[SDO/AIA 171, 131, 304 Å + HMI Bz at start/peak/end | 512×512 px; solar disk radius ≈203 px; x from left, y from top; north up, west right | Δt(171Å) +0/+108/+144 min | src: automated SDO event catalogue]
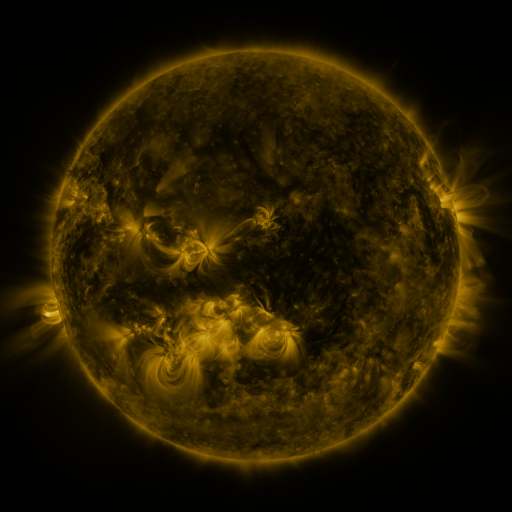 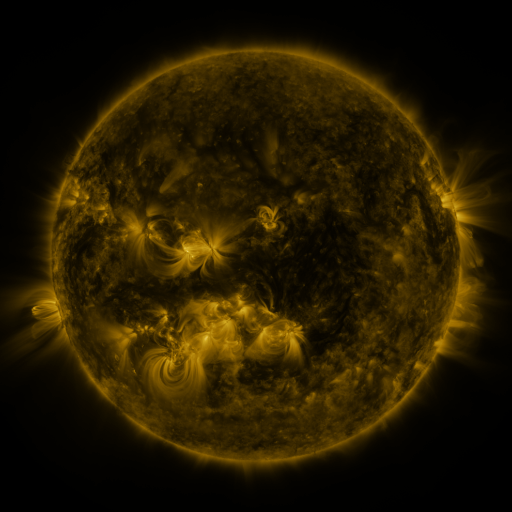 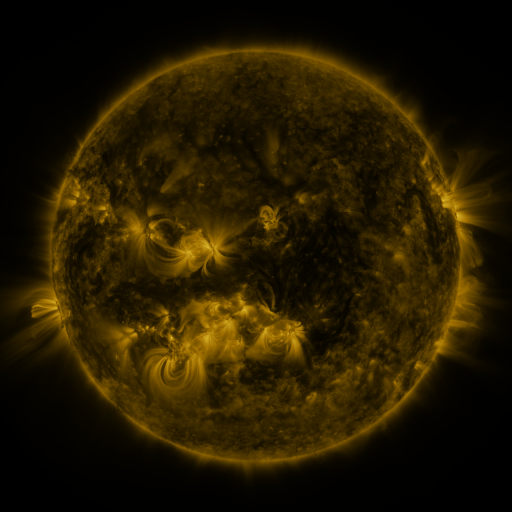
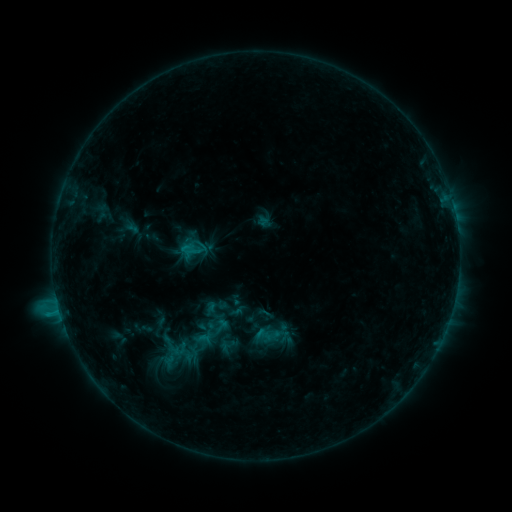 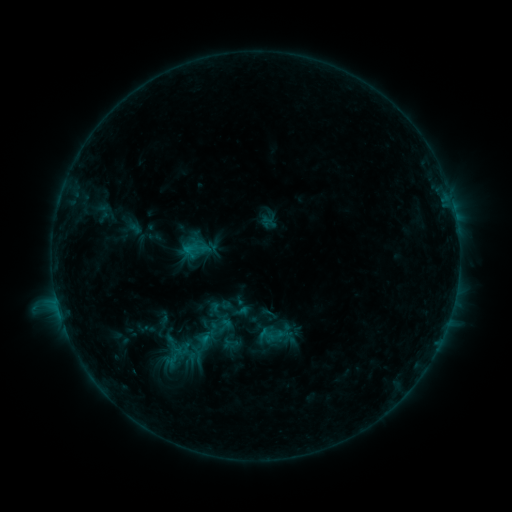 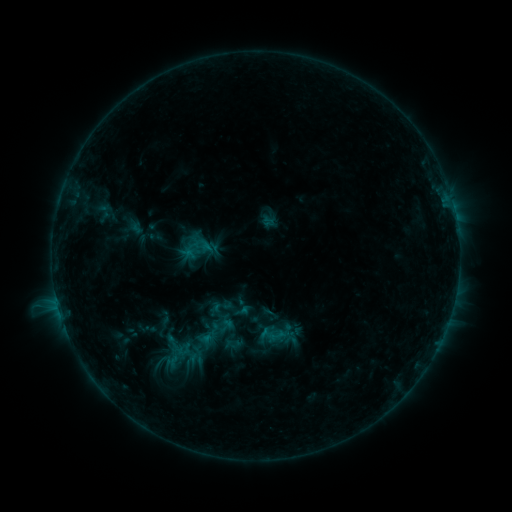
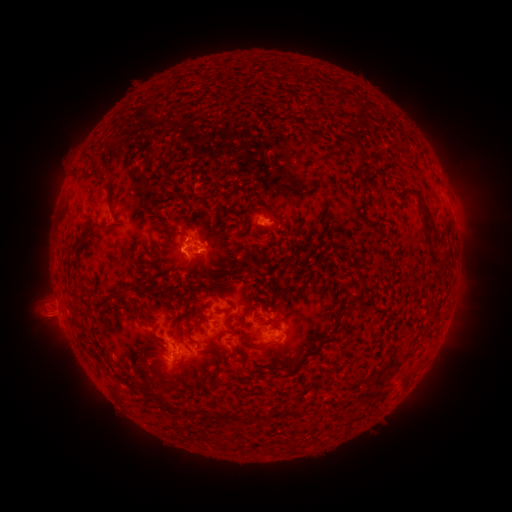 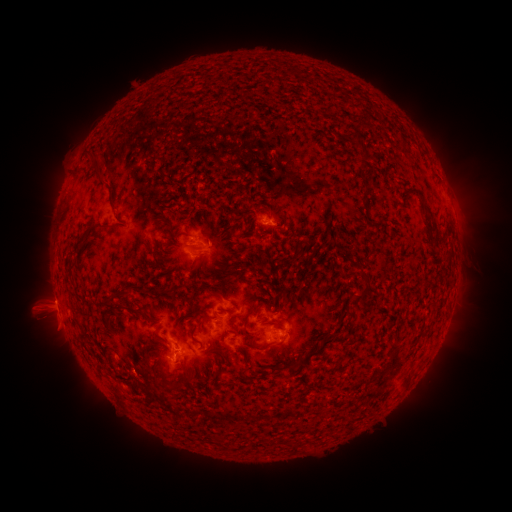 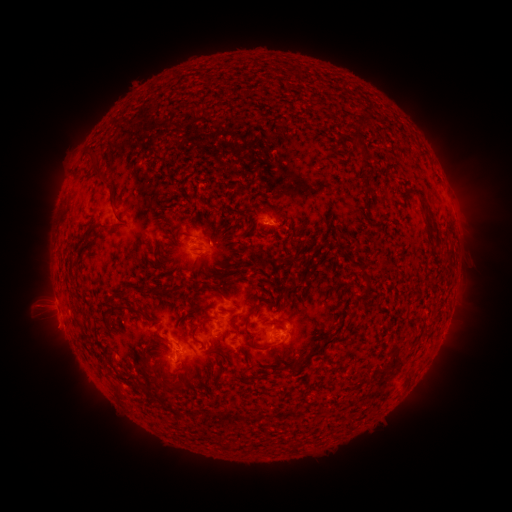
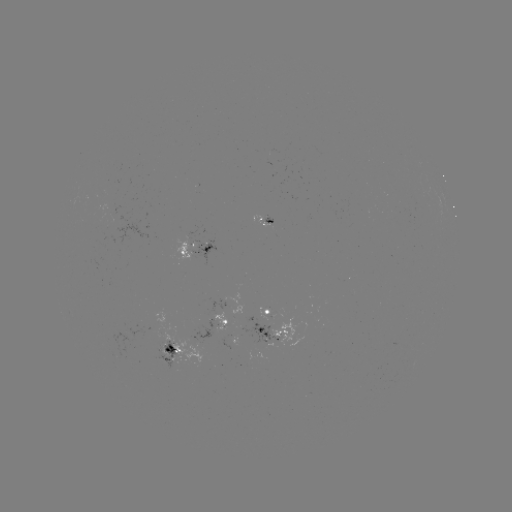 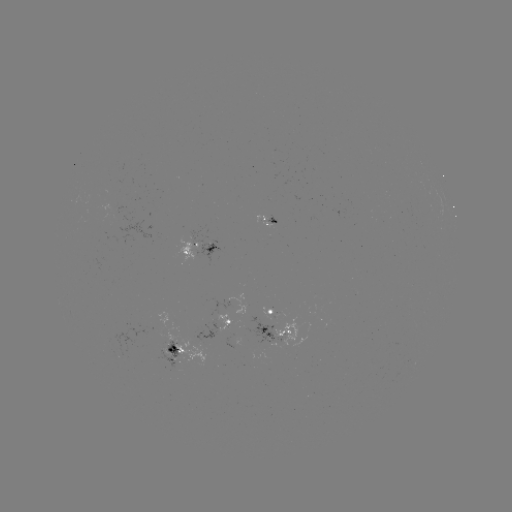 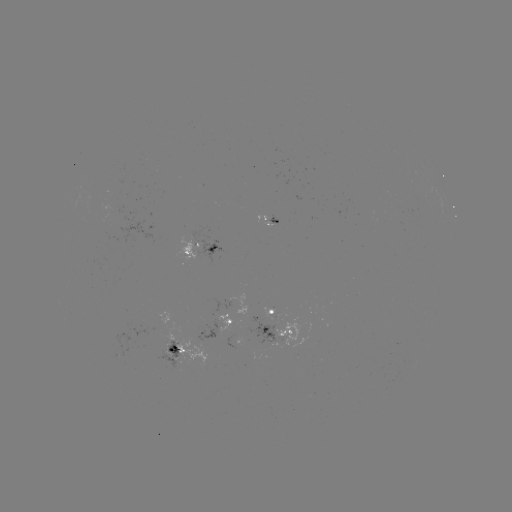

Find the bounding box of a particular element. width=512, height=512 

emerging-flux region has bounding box [140, 310, 189, 372].